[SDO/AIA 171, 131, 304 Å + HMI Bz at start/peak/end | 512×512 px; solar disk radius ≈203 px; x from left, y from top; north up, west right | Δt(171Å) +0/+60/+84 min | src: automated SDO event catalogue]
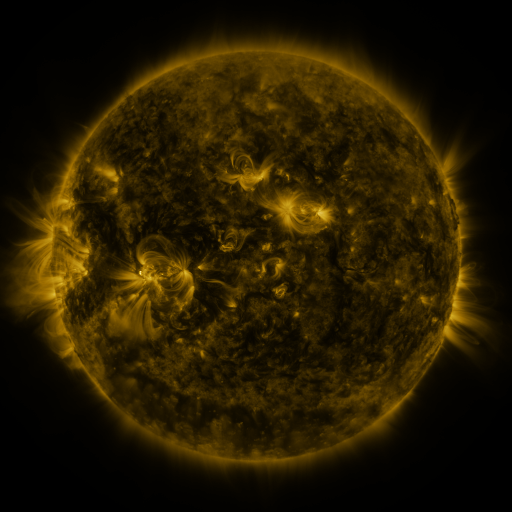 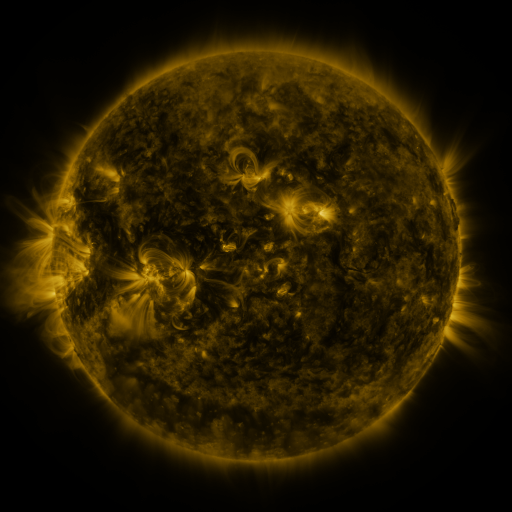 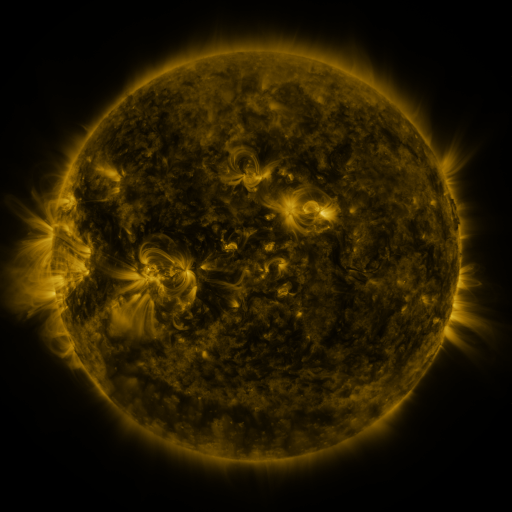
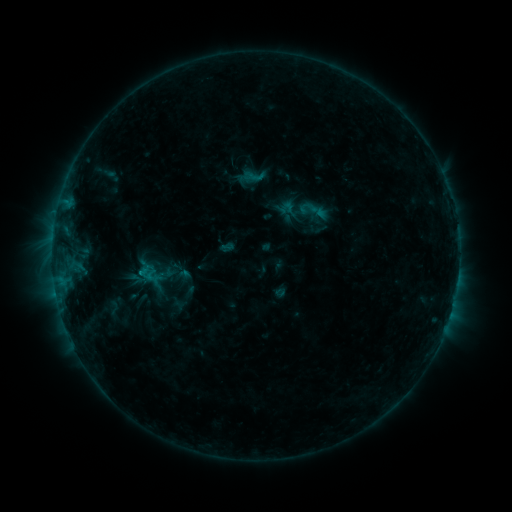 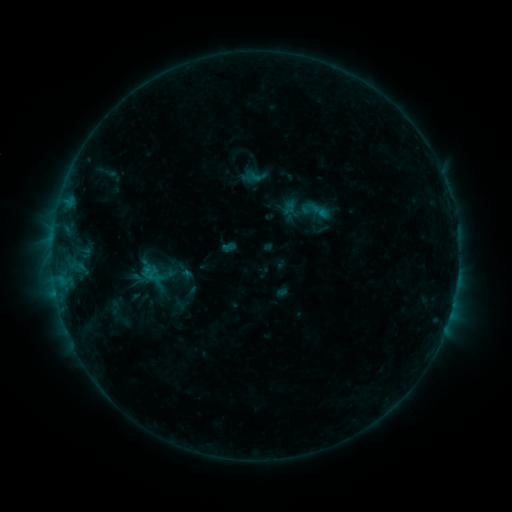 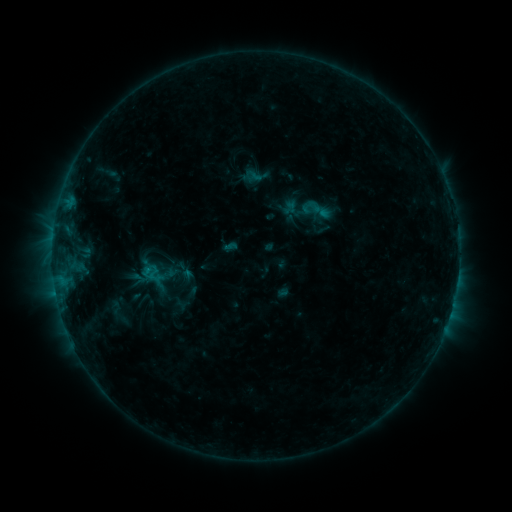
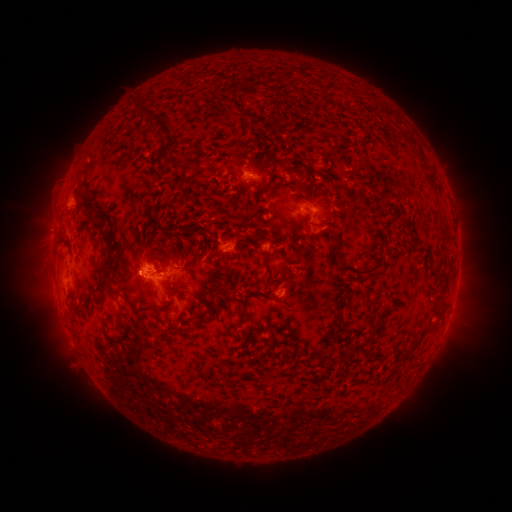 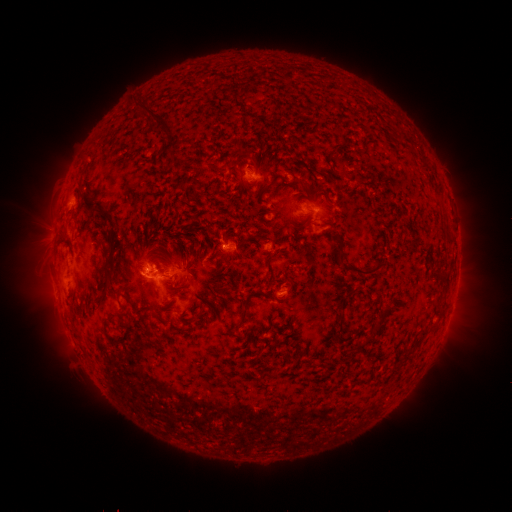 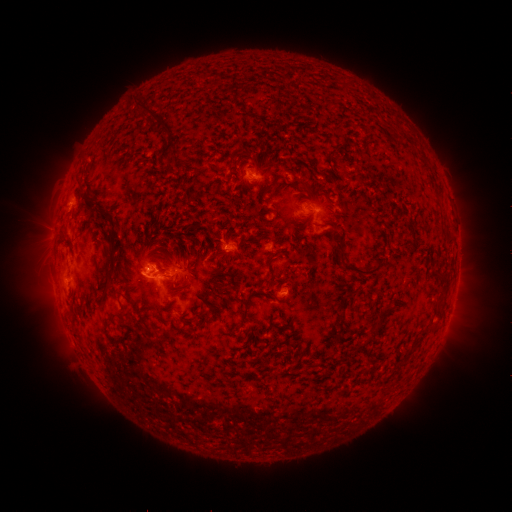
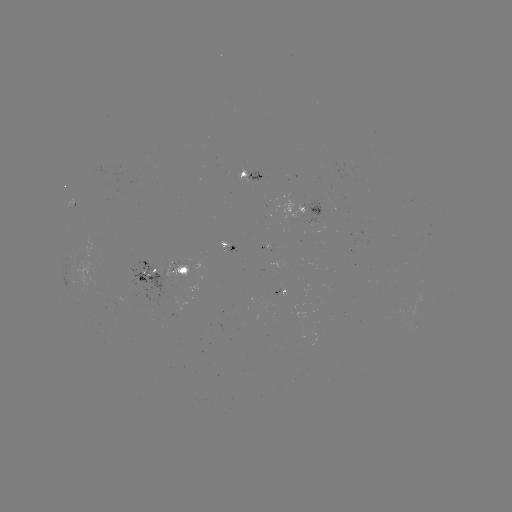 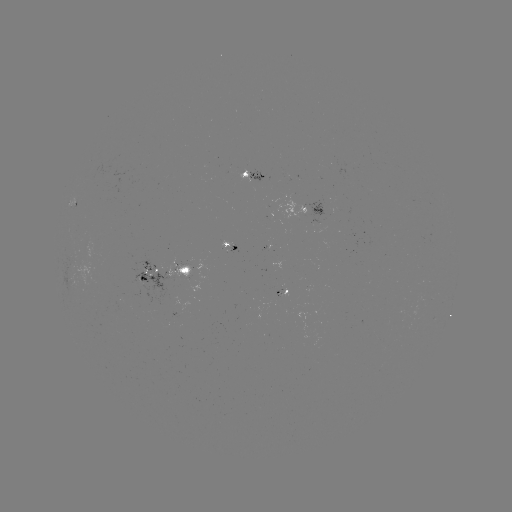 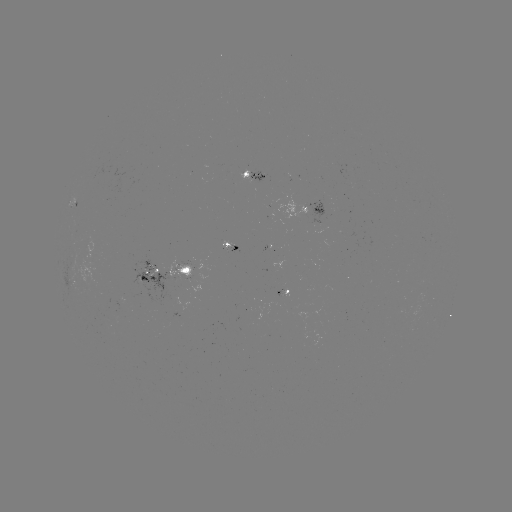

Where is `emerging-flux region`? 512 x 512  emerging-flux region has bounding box [267, 289, 279, 310].